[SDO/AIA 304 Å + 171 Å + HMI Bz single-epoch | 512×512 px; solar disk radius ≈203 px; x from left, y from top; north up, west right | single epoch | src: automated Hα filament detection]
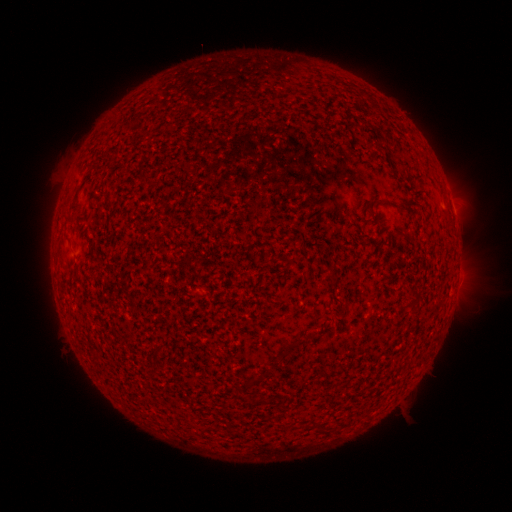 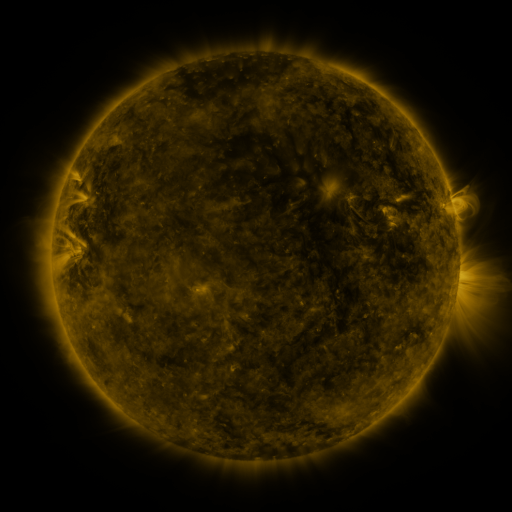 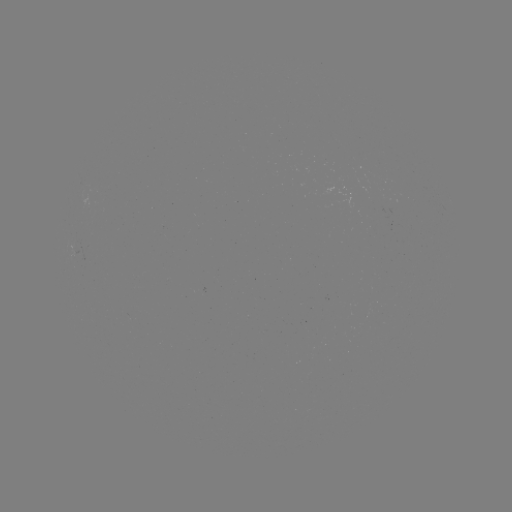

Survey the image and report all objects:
filament: (88, 173)
filament: (406, 213)
filament: (292, 346)
filament: (260, 398)
